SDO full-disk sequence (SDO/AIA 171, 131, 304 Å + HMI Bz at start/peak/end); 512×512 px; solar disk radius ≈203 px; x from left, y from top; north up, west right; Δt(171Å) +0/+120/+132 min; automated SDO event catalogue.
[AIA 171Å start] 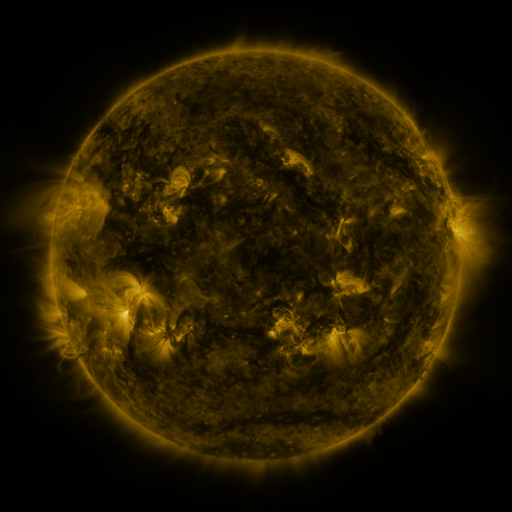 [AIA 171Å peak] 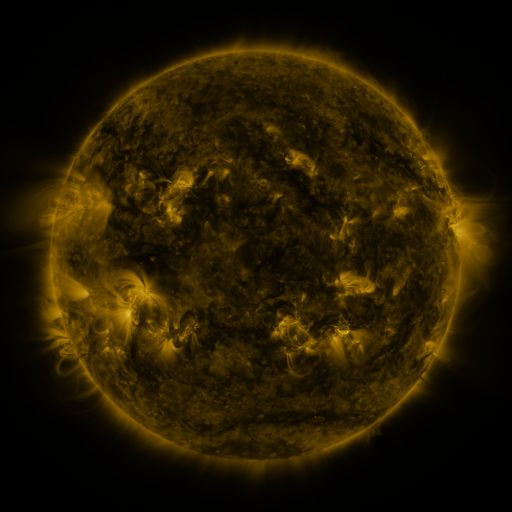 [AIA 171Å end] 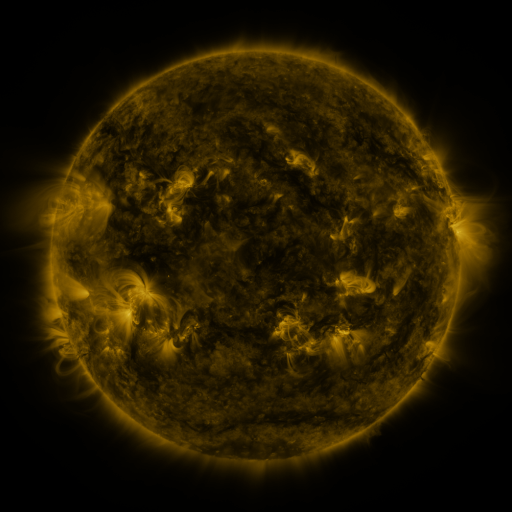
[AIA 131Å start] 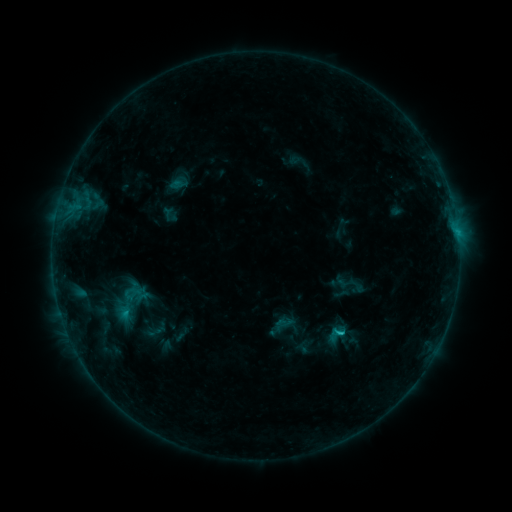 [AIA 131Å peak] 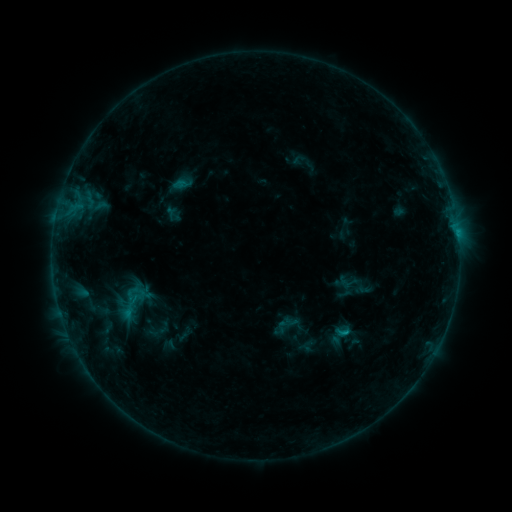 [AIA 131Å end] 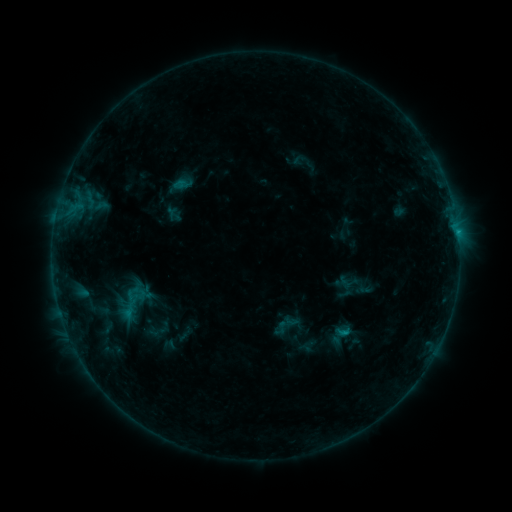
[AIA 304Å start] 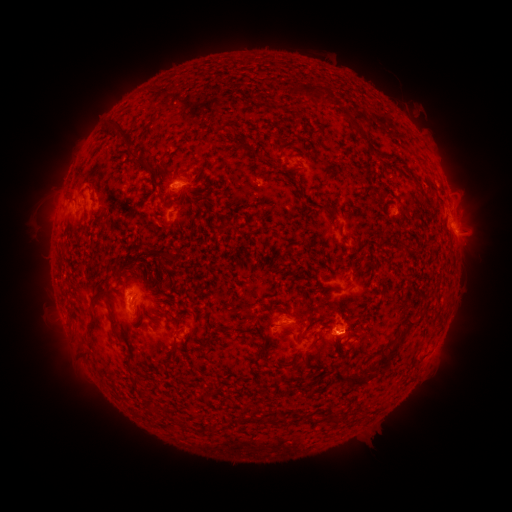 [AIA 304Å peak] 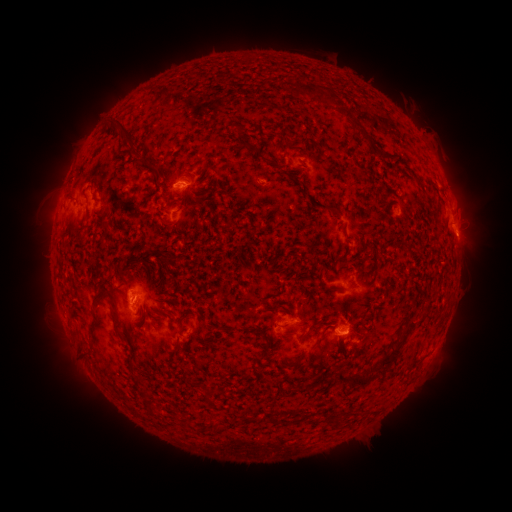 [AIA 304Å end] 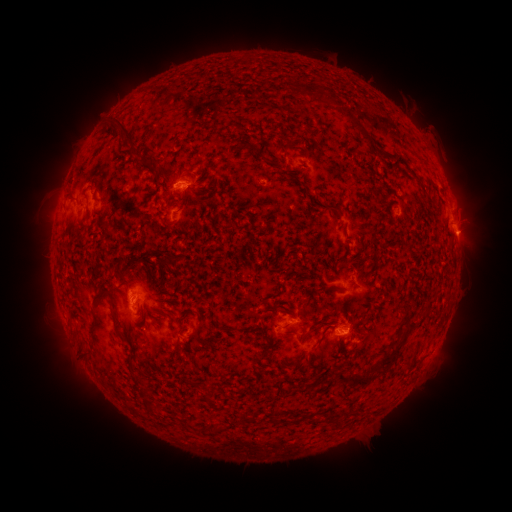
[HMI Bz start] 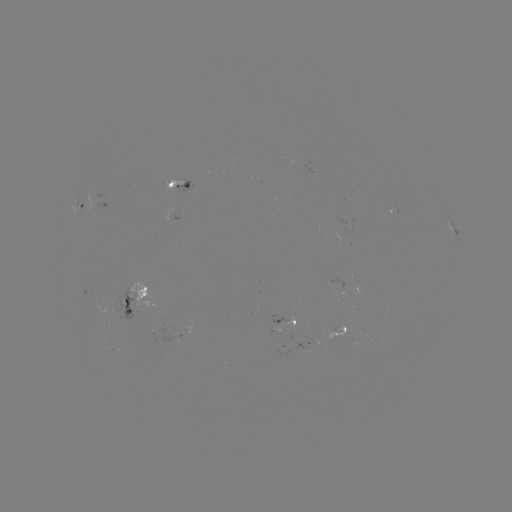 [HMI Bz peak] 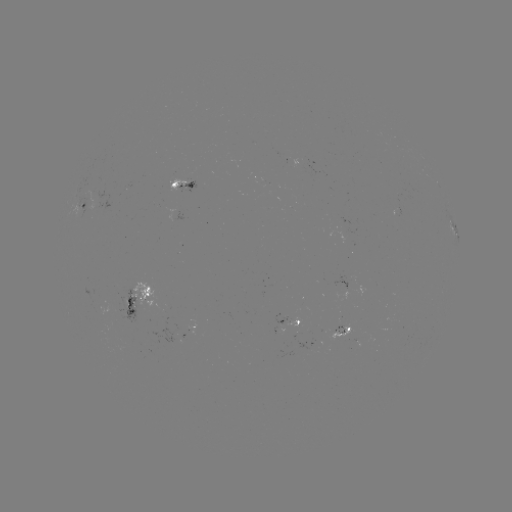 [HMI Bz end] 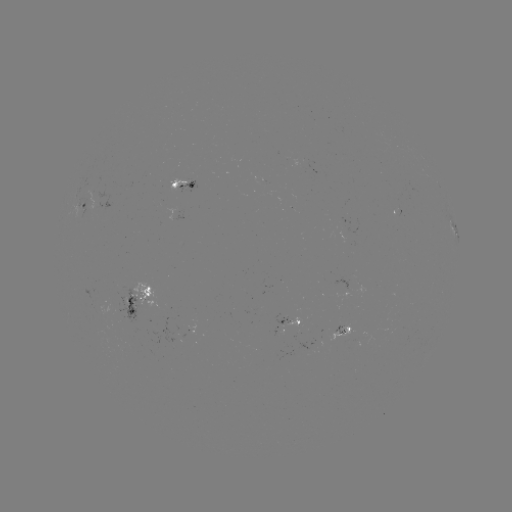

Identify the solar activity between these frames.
emerging-flux region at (283, 321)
